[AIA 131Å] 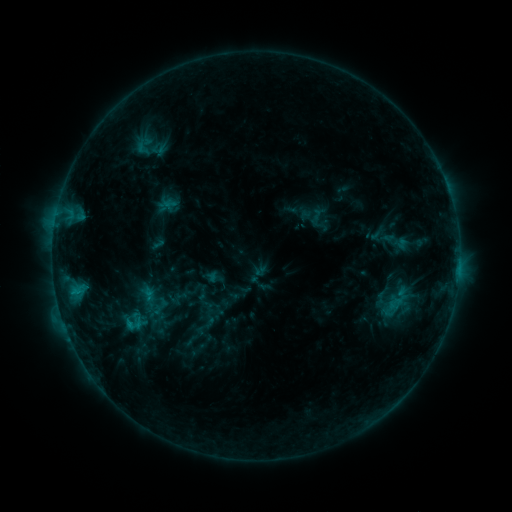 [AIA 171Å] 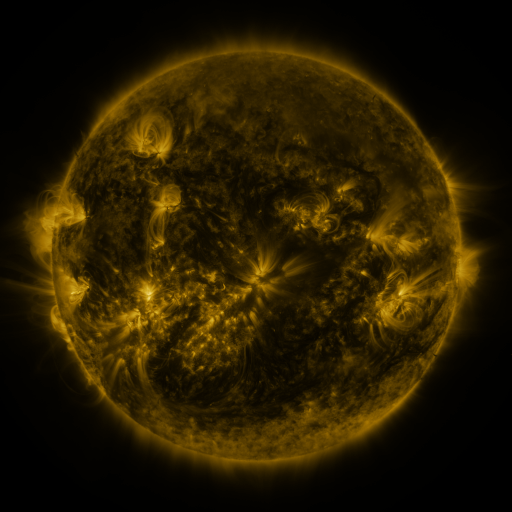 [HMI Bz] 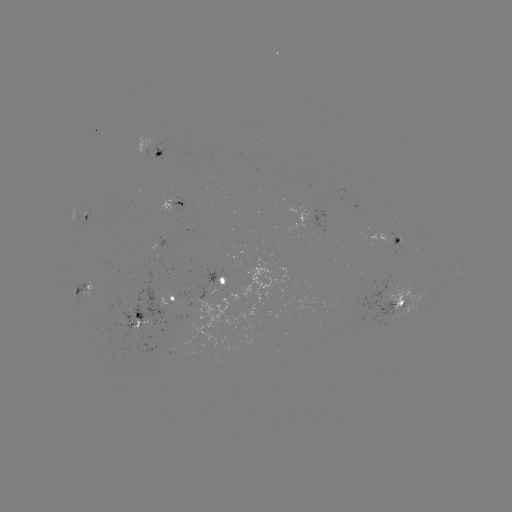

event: sigmoid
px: (132, 325)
